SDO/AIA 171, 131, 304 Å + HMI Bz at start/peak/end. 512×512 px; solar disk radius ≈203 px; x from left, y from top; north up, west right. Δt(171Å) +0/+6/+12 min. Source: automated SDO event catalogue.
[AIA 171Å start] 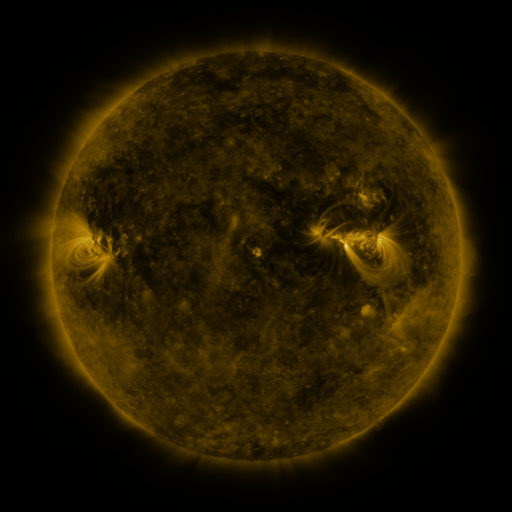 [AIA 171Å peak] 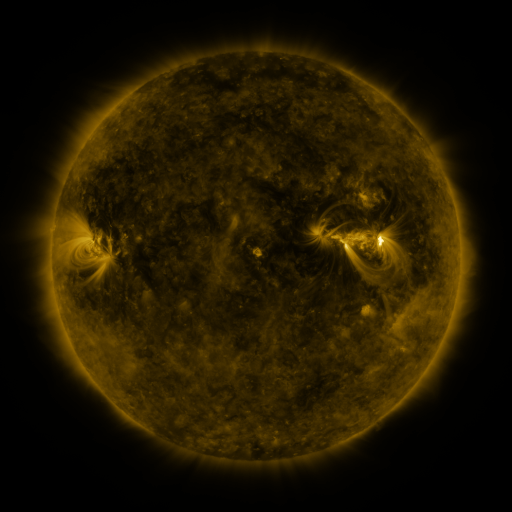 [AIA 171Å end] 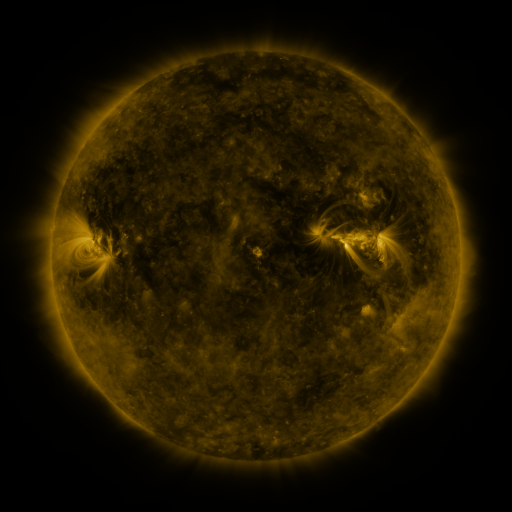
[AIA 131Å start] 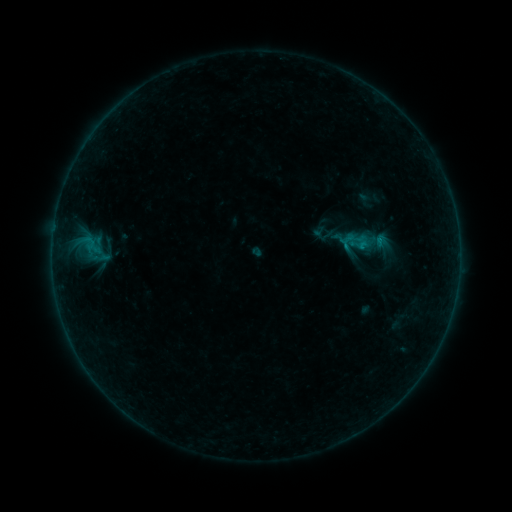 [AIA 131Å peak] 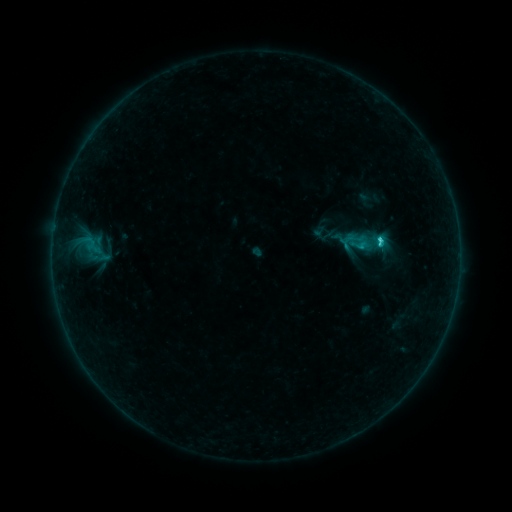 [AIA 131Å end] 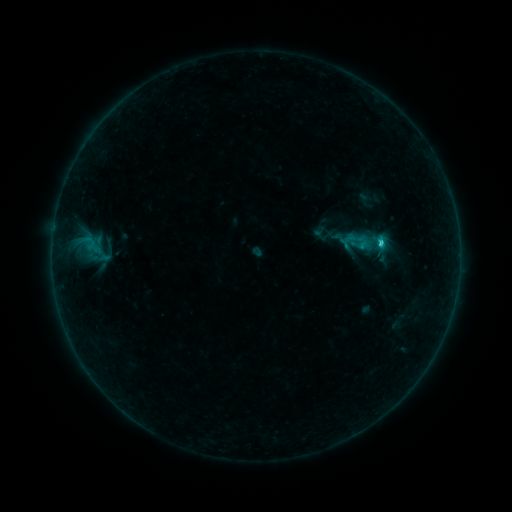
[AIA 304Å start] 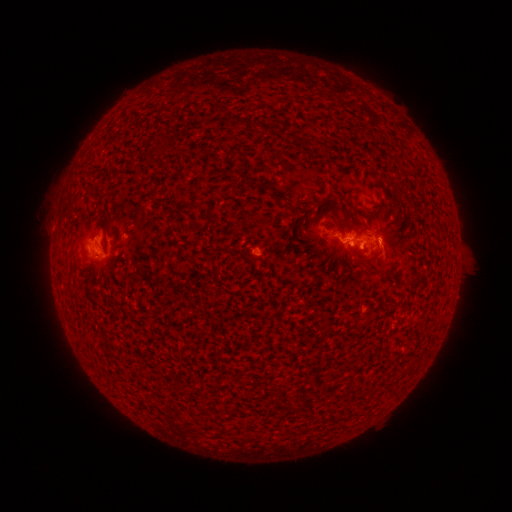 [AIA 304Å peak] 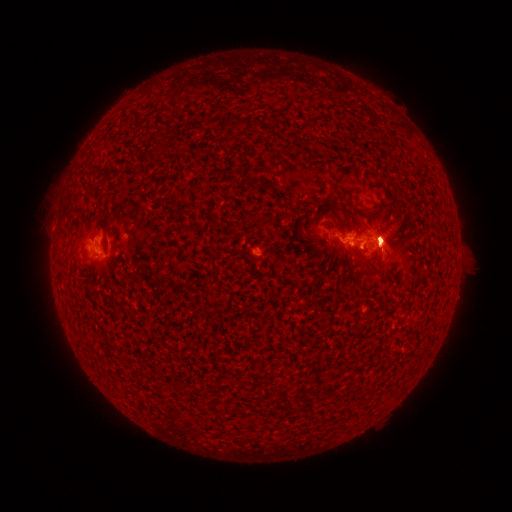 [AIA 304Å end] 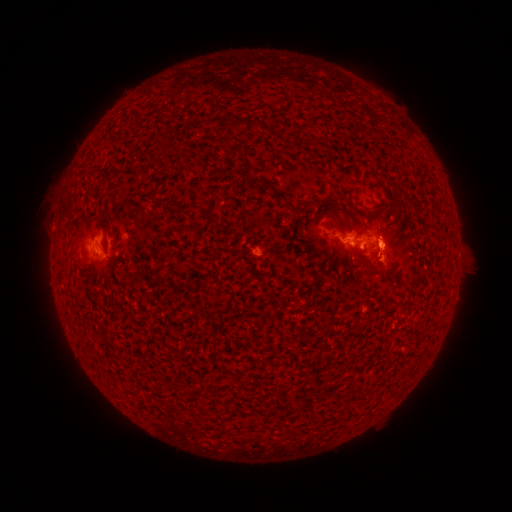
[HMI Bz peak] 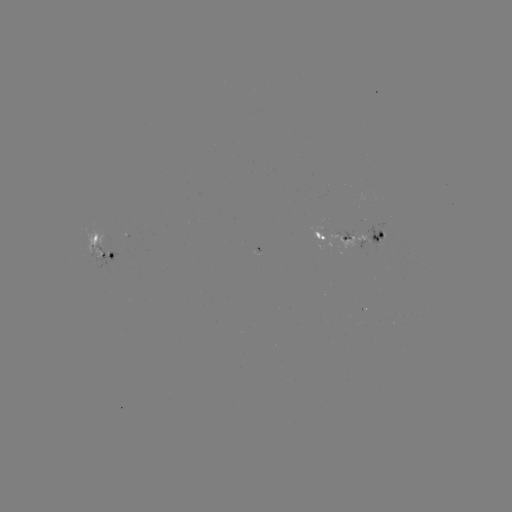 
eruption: (359, 190, 419, 281)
